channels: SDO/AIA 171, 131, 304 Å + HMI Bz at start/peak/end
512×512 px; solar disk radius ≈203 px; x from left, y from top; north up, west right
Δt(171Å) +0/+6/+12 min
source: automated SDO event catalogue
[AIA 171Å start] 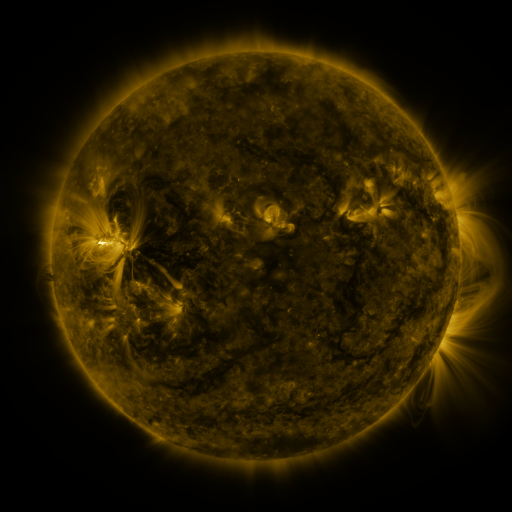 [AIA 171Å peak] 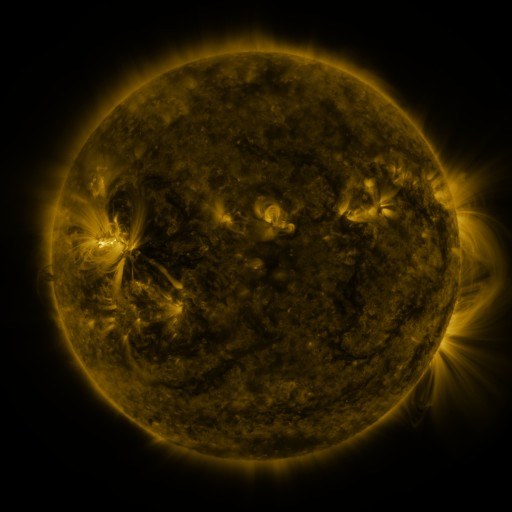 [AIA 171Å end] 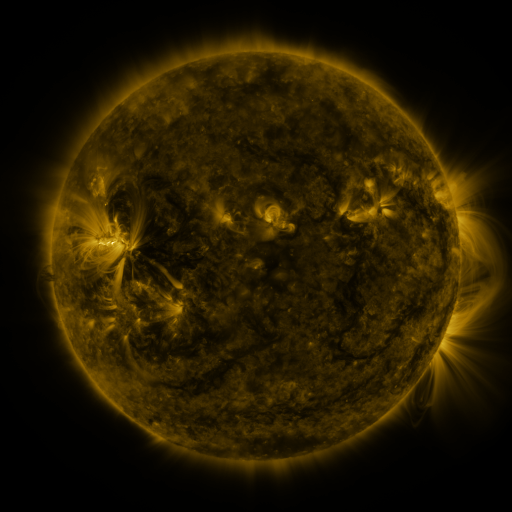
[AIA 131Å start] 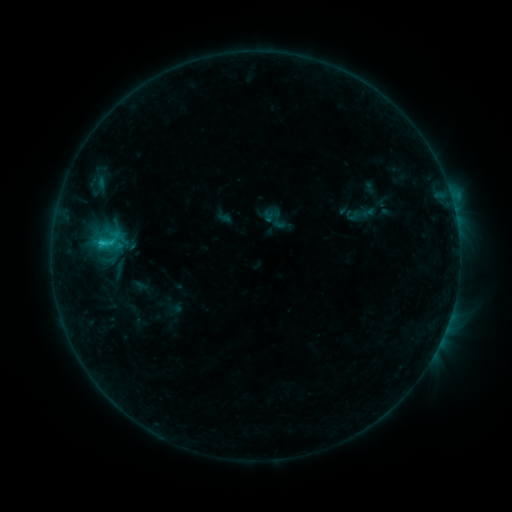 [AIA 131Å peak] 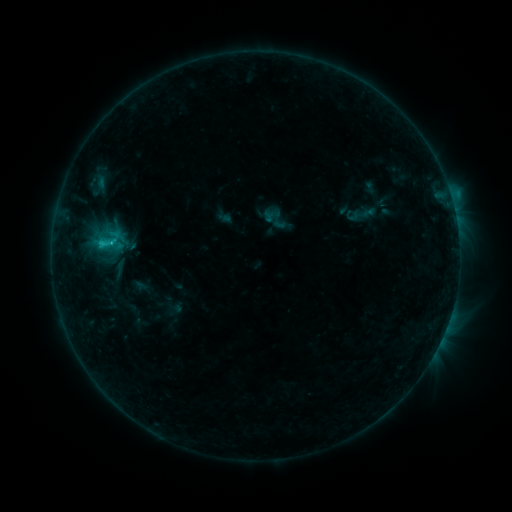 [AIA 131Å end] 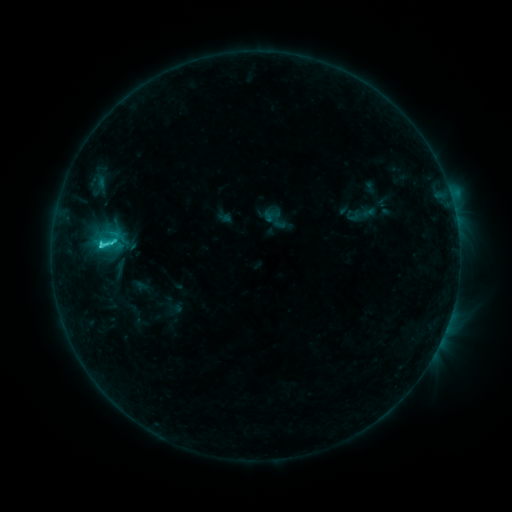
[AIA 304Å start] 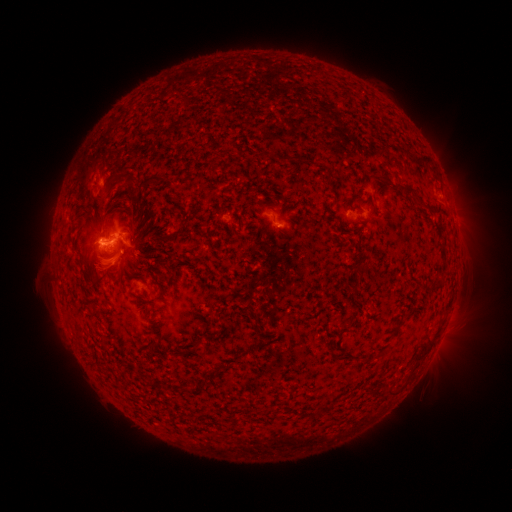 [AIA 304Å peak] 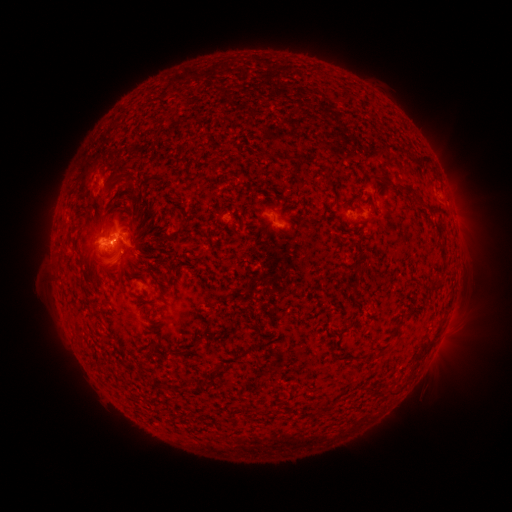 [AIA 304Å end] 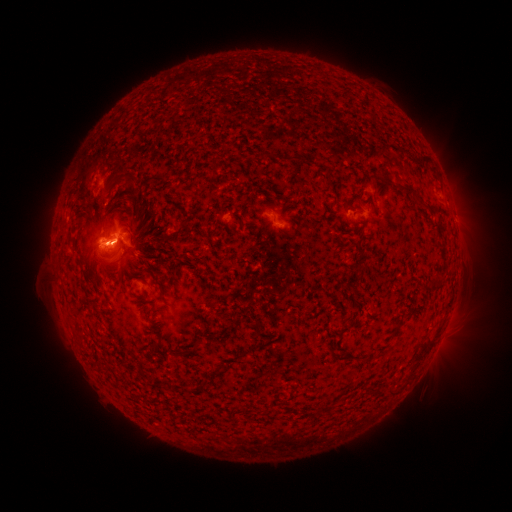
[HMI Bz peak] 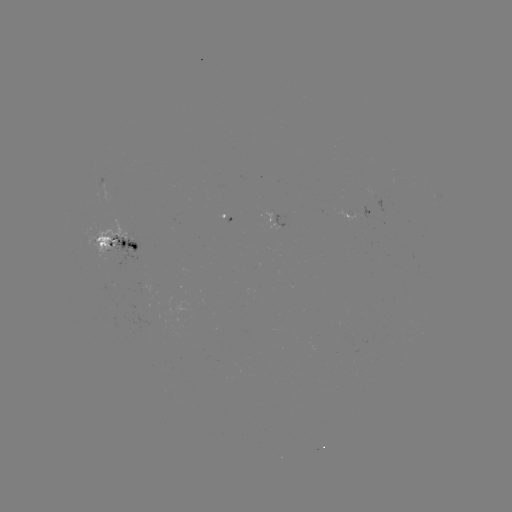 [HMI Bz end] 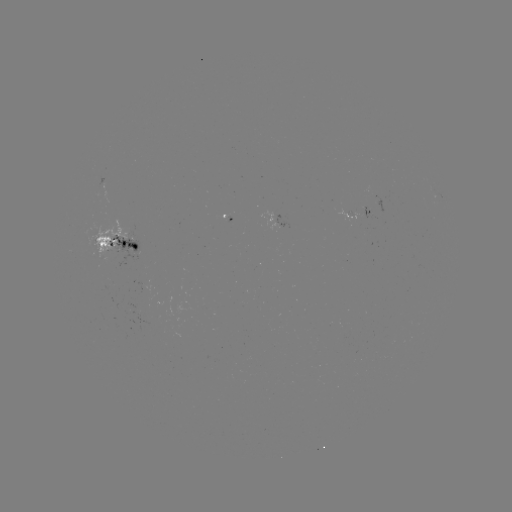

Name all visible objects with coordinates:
C6.5 flare: (115, 242)
